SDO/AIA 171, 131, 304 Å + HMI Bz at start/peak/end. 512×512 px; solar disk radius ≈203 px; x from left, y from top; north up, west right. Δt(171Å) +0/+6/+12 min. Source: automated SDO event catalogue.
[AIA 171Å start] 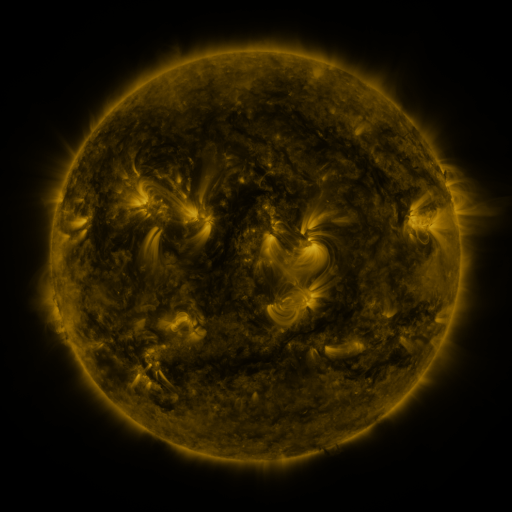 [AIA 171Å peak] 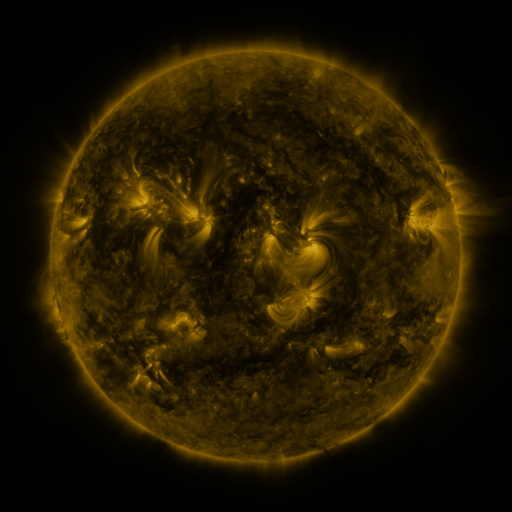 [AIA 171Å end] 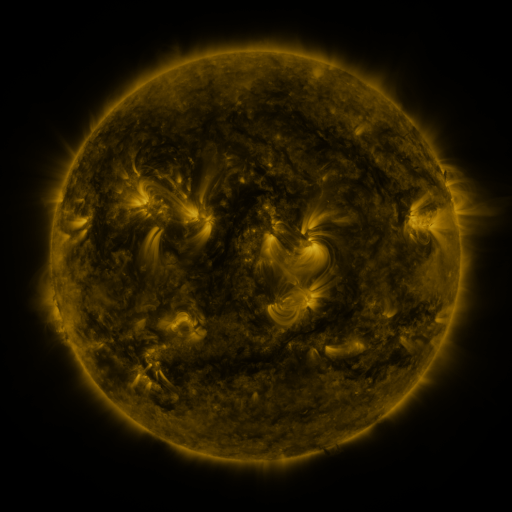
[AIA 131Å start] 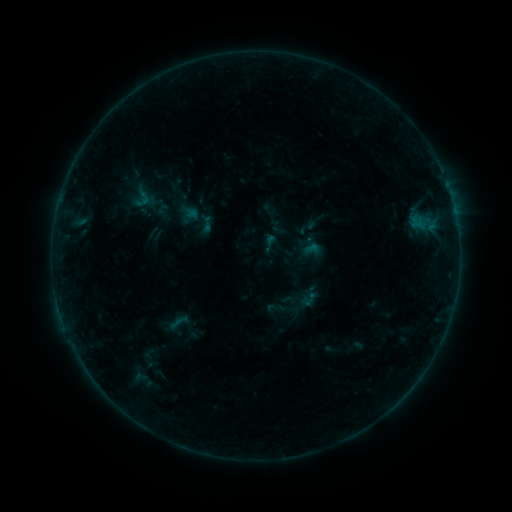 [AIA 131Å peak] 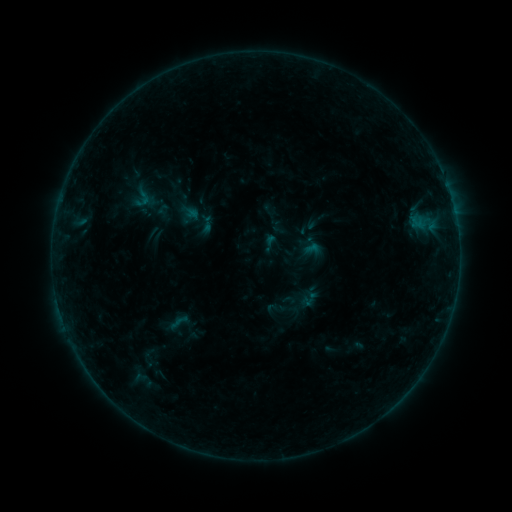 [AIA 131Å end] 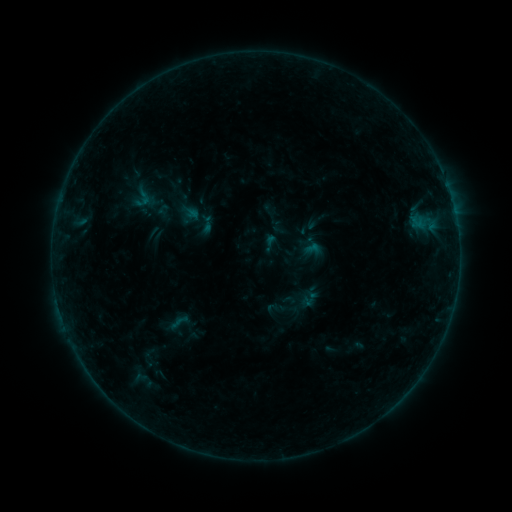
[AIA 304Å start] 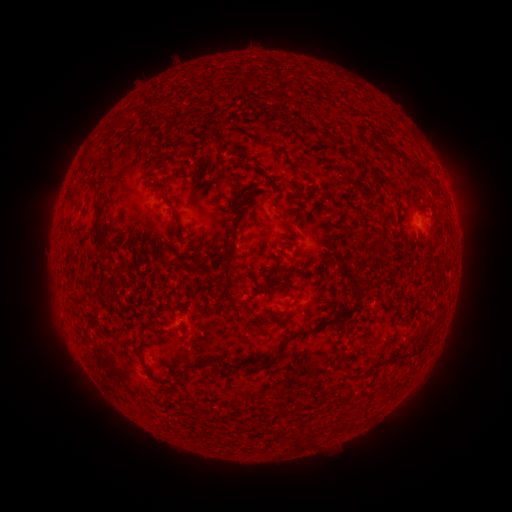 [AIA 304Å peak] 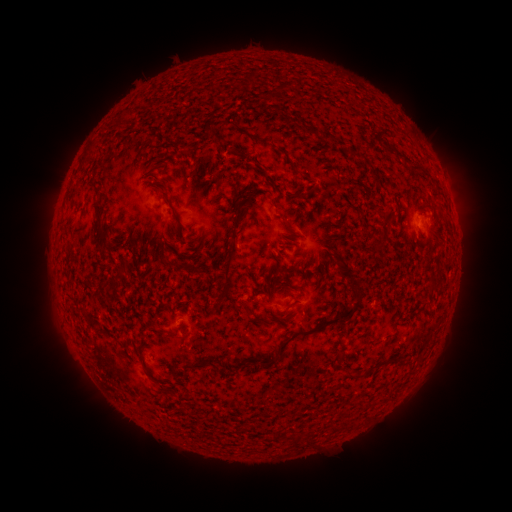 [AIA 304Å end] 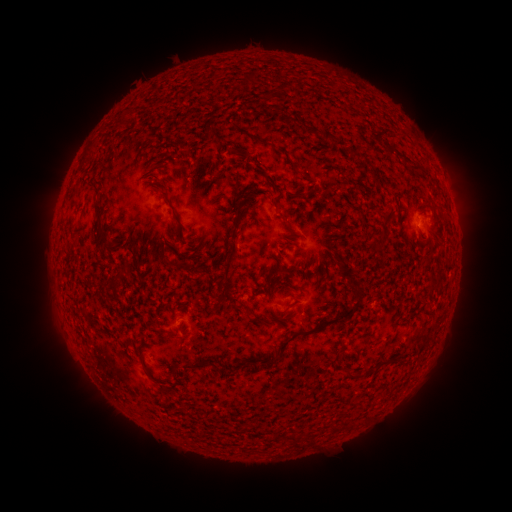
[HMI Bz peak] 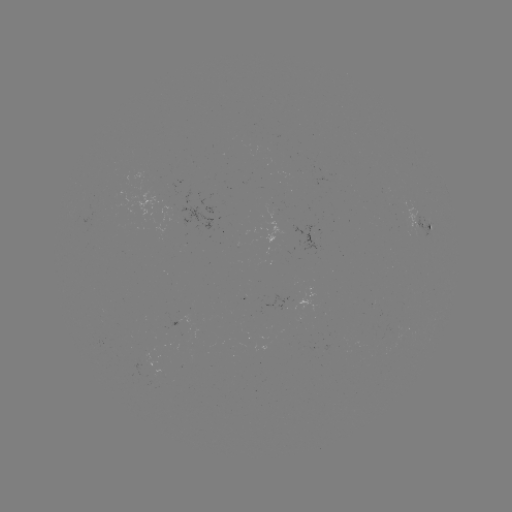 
no catalogued flare and no flagged EUV brightening in this window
